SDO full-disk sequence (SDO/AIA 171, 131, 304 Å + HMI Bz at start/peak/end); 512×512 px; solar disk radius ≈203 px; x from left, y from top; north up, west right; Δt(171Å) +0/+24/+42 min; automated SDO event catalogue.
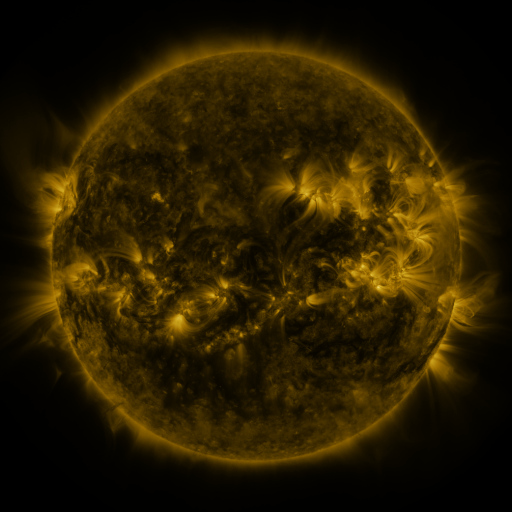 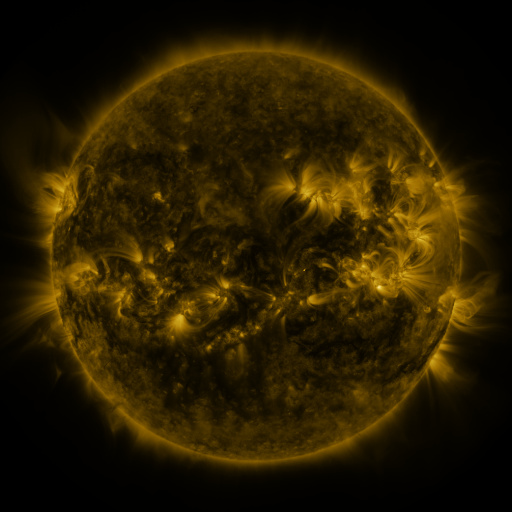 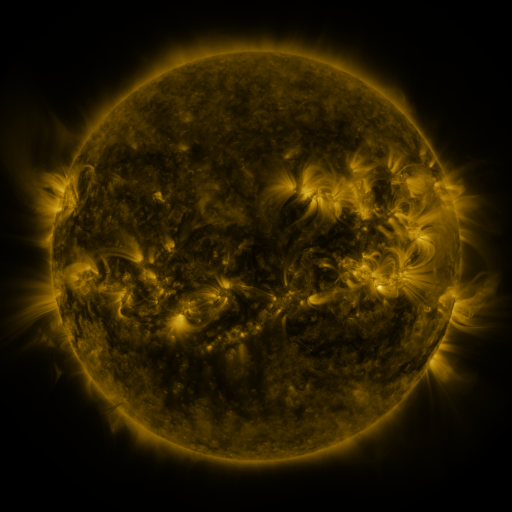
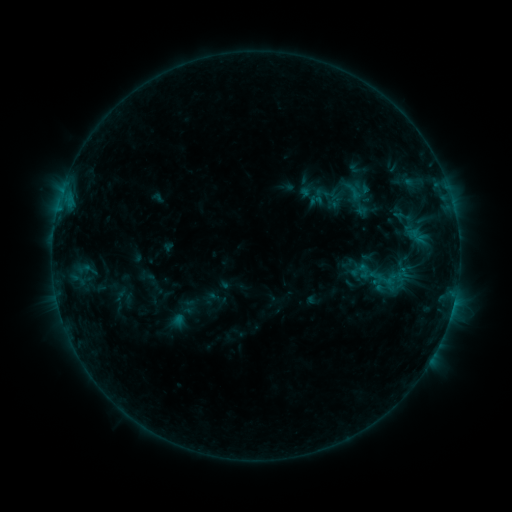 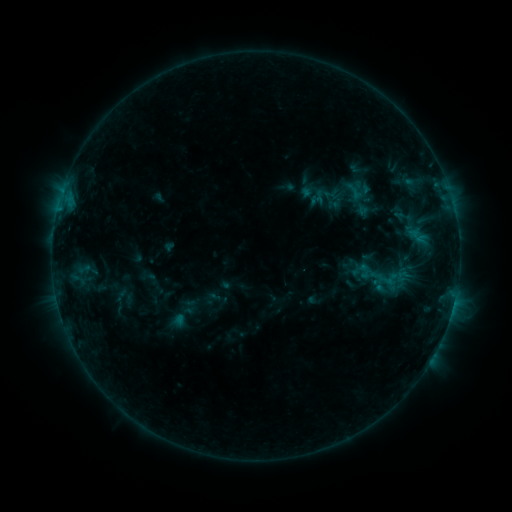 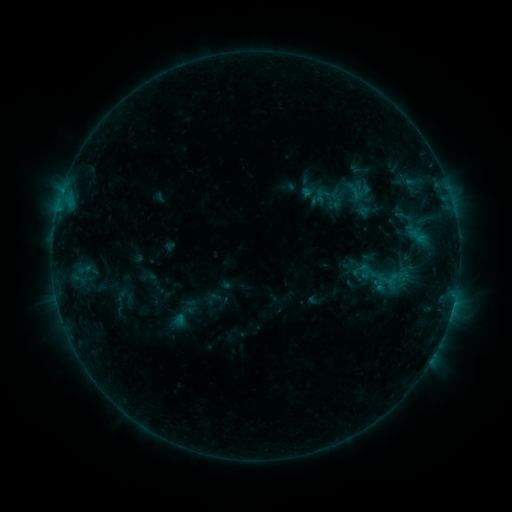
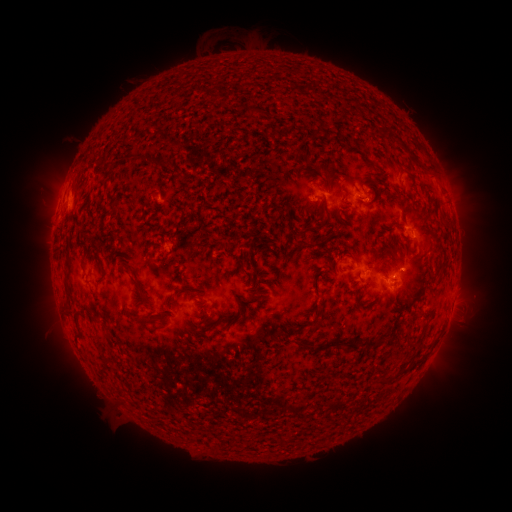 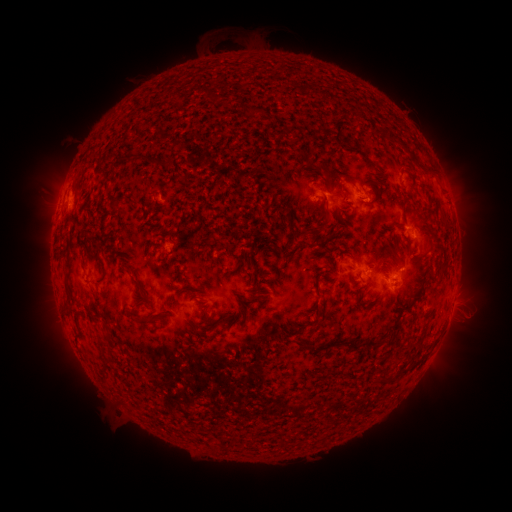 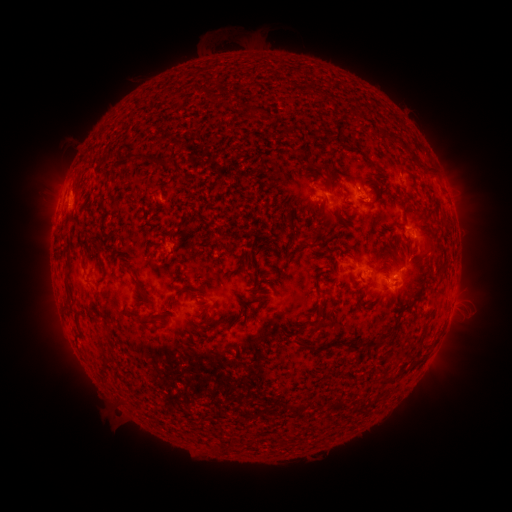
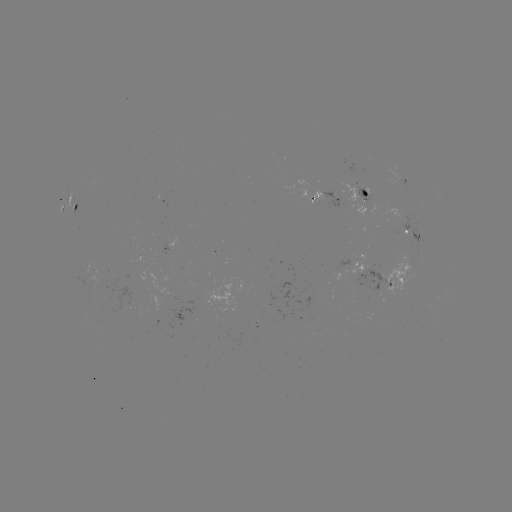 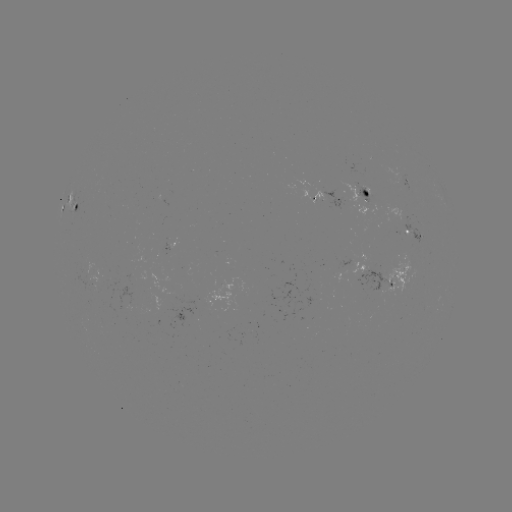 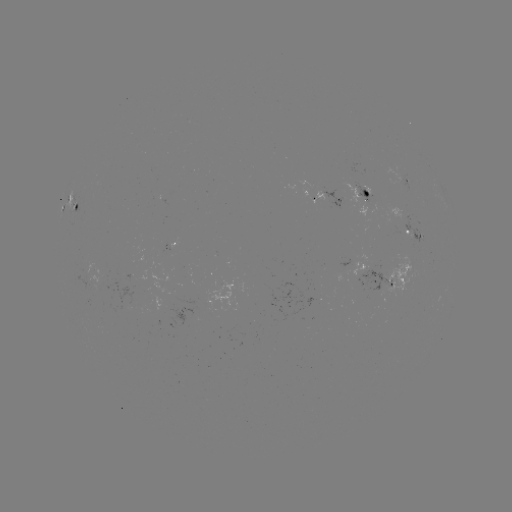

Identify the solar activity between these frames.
nothing was catalogued: no classed flare, no EUV trigger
